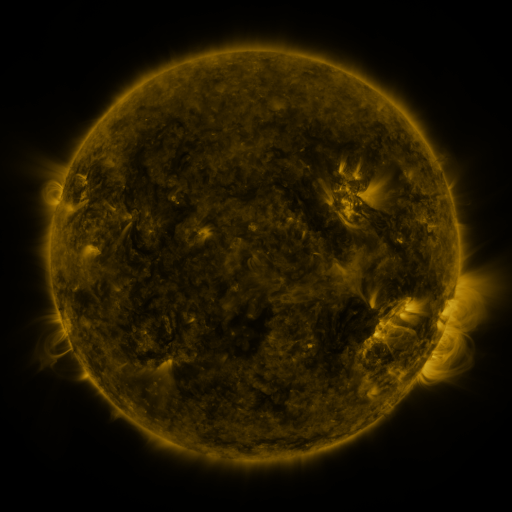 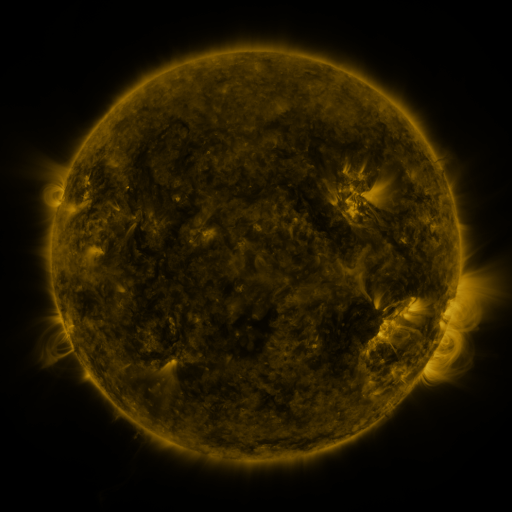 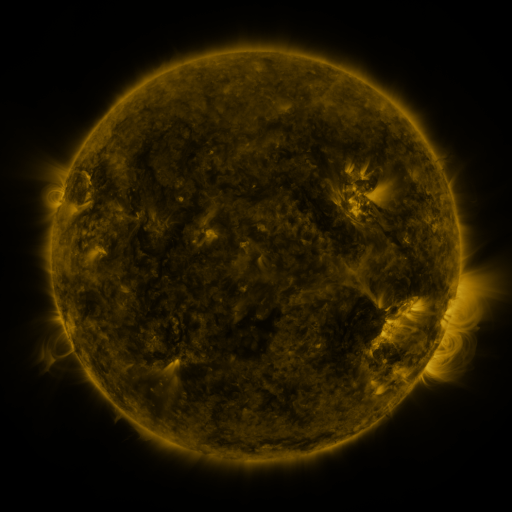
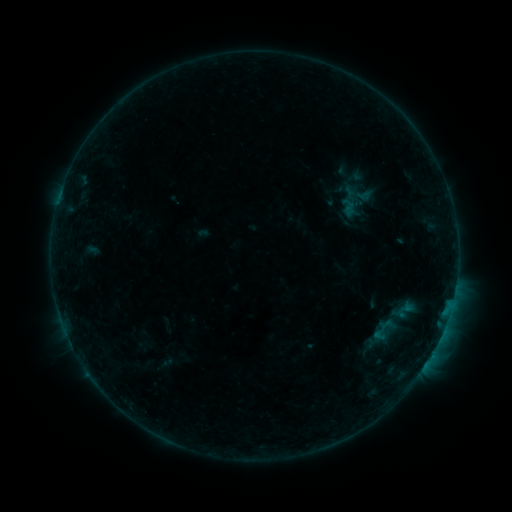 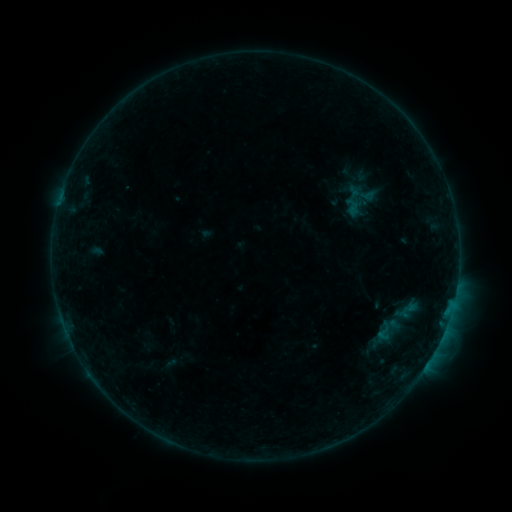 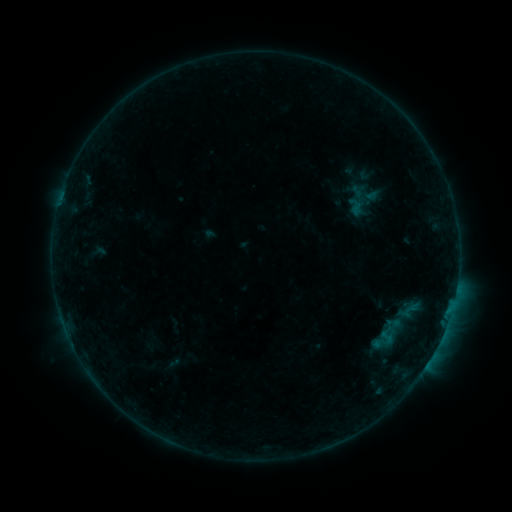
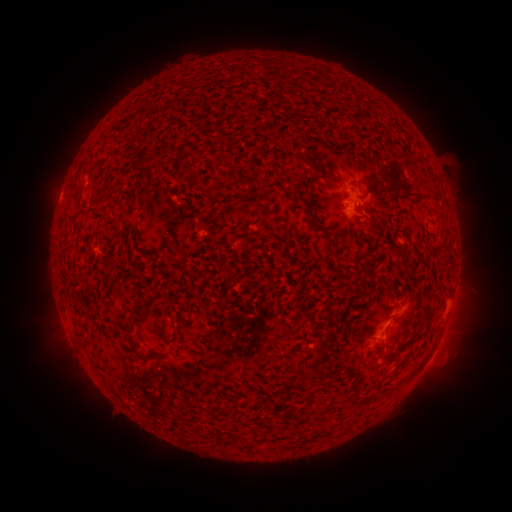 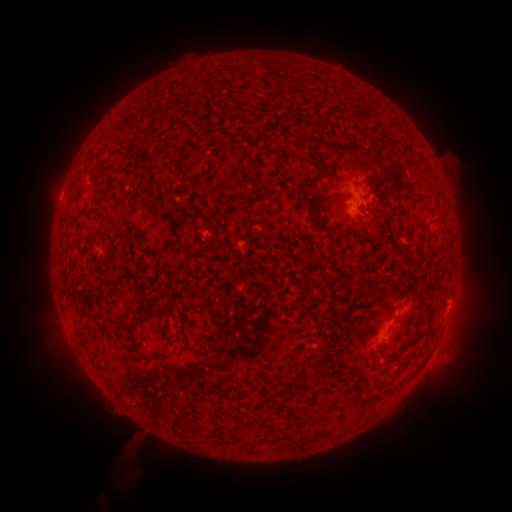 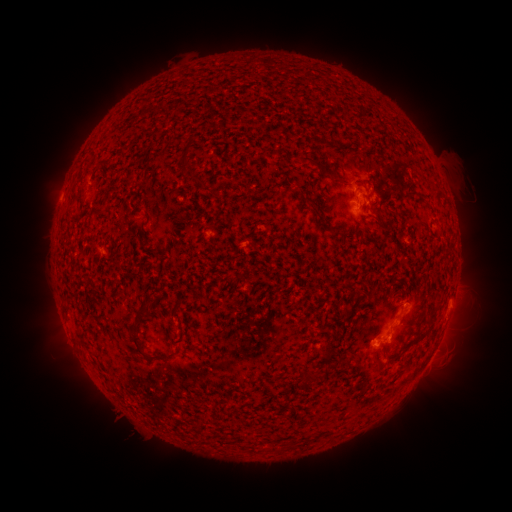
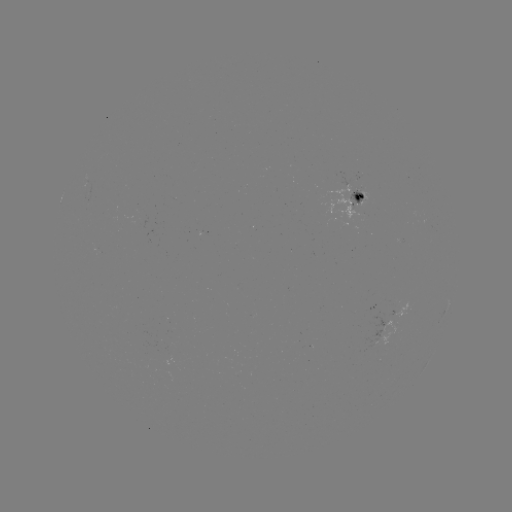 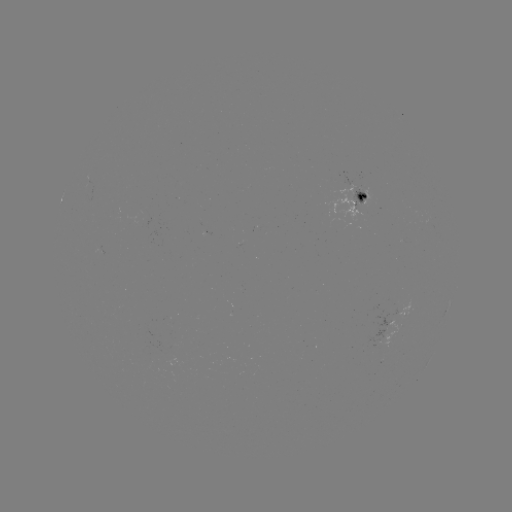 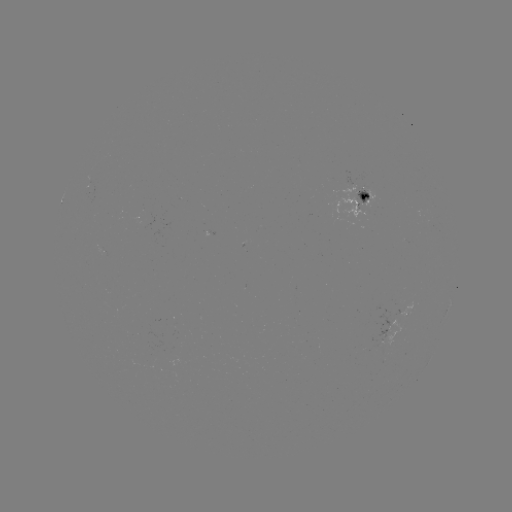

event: filament eruption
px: (103, 444)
